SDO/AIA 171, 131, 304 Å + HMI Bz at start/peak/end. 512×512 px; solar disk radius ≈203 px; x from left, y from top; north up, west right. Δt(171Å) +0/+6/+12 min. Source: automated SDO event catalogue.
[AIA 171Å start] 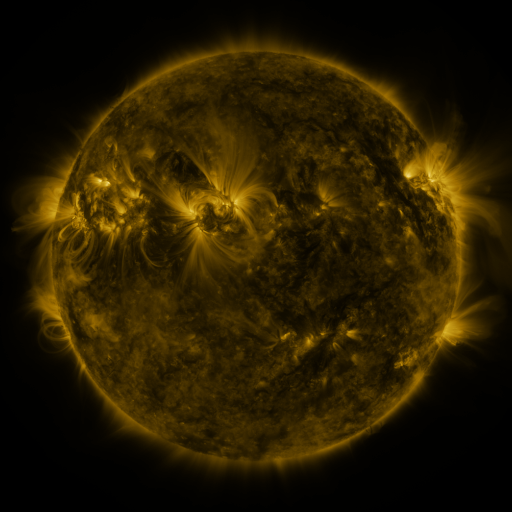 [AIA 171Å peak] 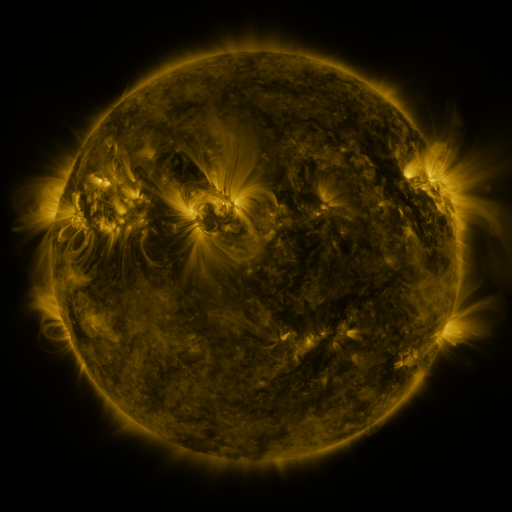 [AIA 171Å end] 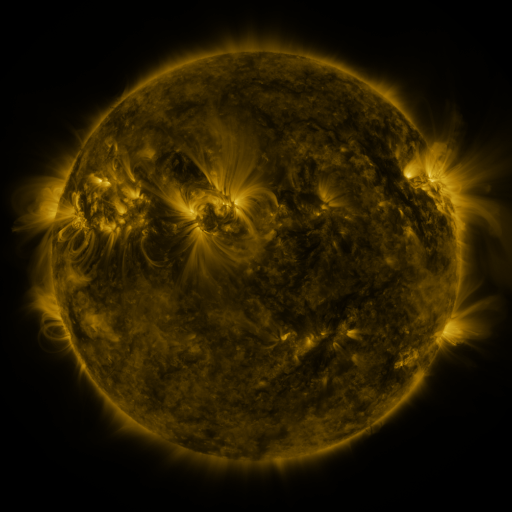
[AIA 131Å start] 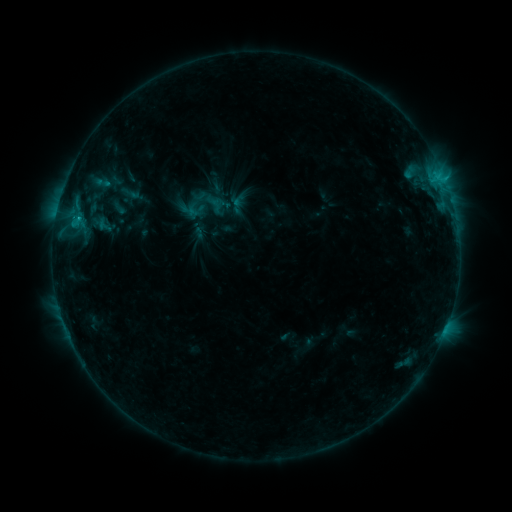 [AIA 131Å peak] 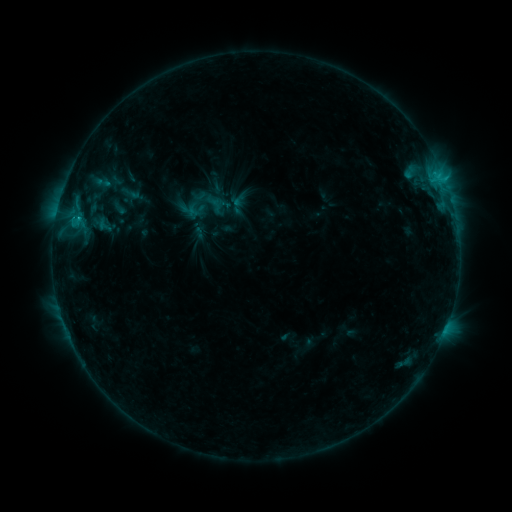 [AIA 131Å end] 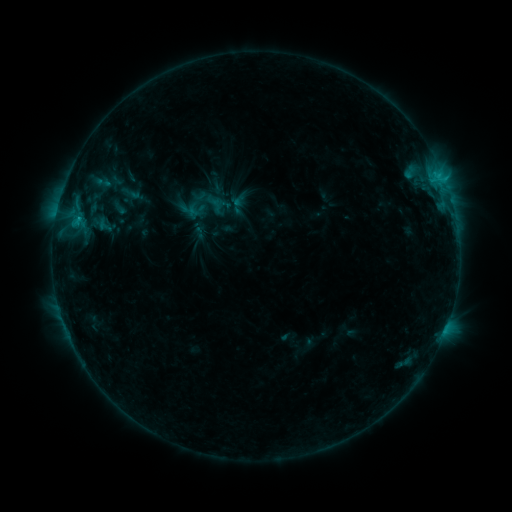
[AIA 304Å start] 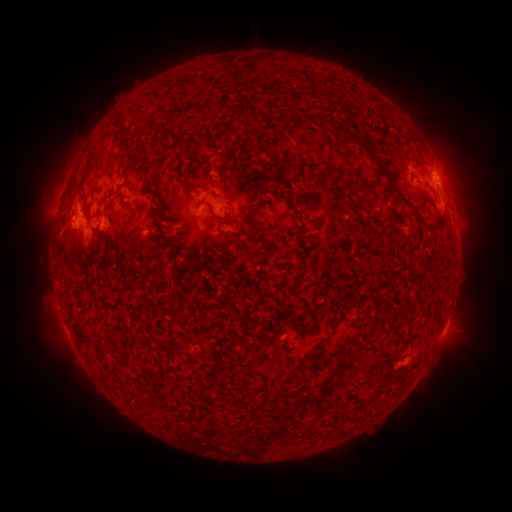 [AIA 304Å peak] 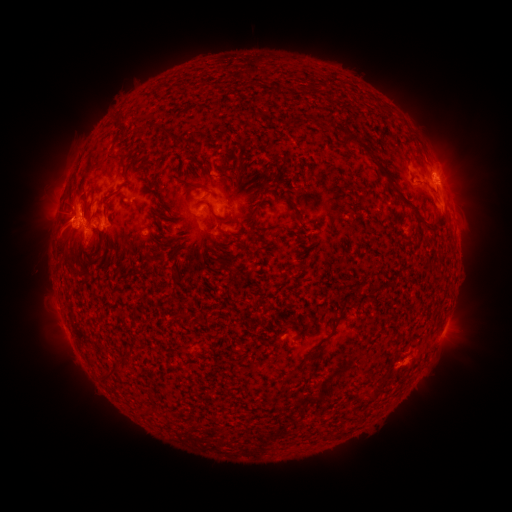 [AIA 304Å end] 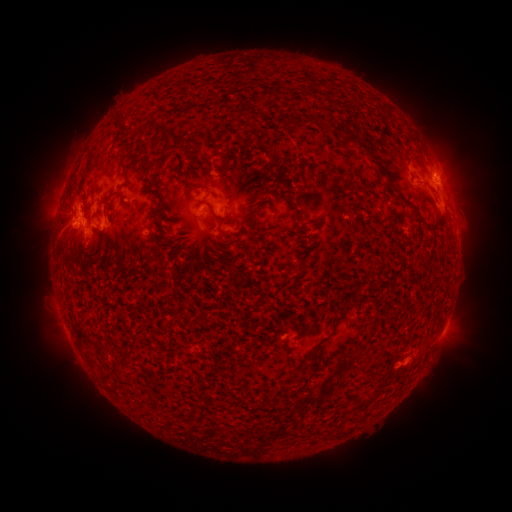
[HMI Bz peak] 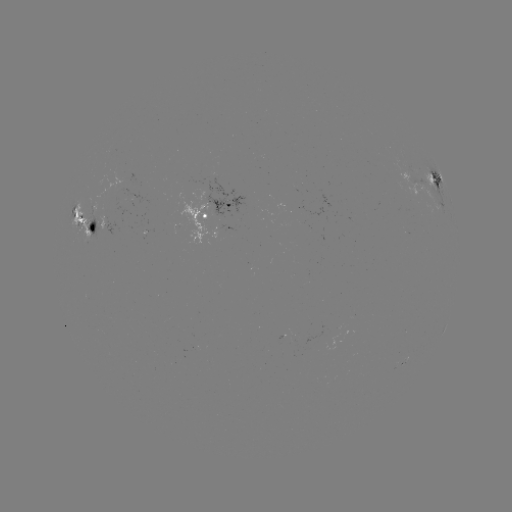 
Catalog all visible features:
eruption: (57, 220)
